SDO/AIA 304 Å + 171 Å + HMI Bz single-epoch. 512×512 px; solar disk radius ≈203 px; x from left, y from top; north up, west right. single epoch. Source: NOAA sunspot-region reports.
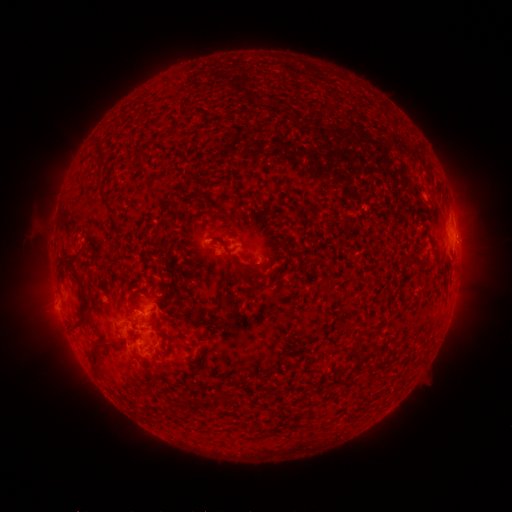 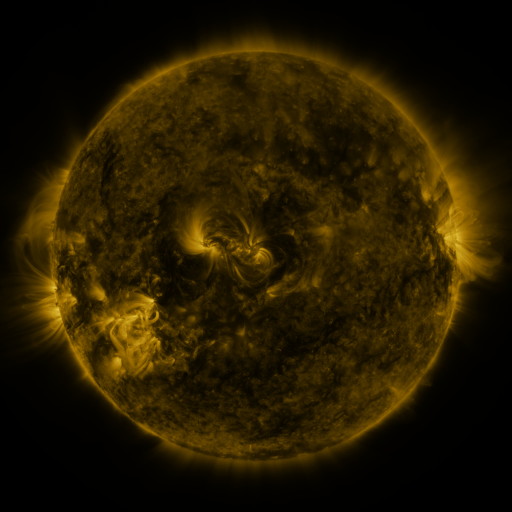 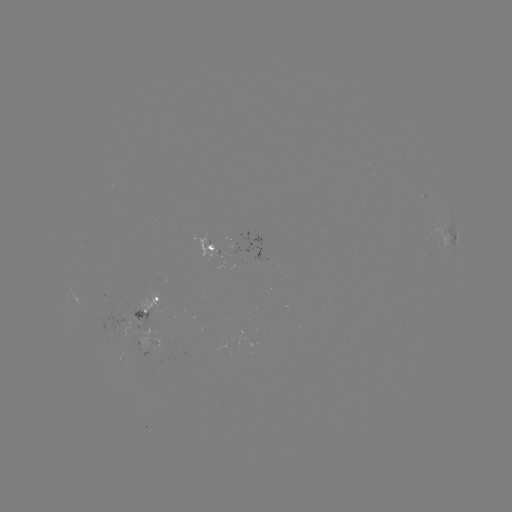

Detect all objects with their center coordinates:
spotted active region: (456, 240)
spotted active region: (213, 246)
spotted active region: (263, 257)
spotted active region: (149, 305)
